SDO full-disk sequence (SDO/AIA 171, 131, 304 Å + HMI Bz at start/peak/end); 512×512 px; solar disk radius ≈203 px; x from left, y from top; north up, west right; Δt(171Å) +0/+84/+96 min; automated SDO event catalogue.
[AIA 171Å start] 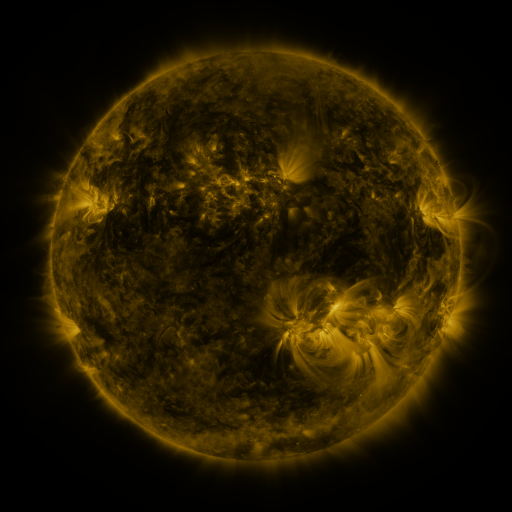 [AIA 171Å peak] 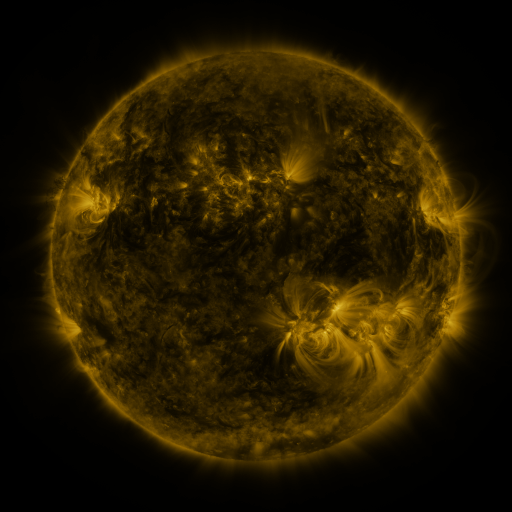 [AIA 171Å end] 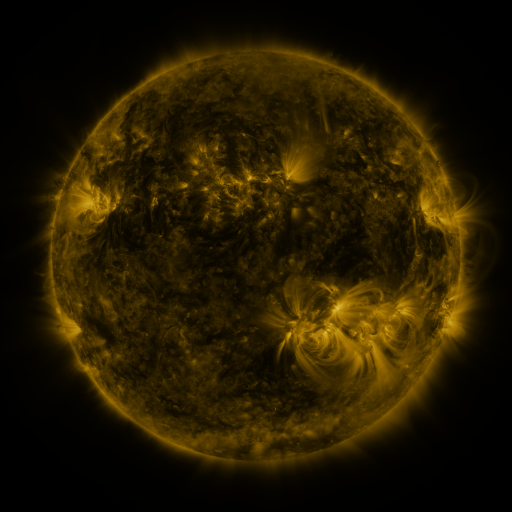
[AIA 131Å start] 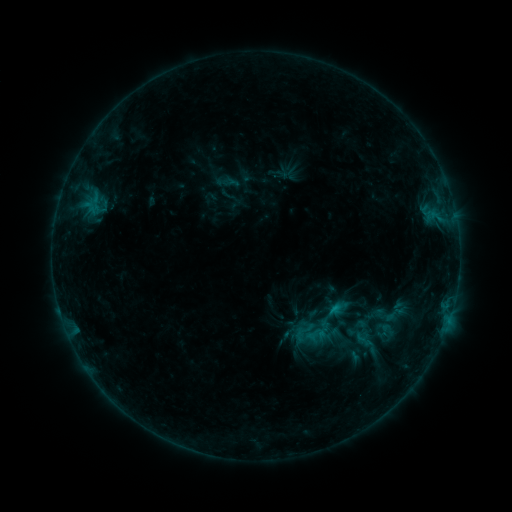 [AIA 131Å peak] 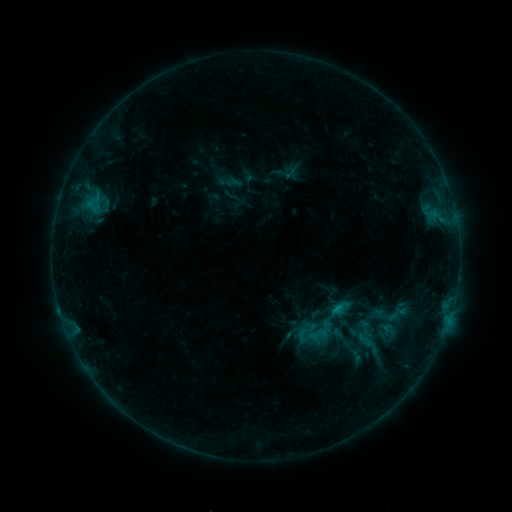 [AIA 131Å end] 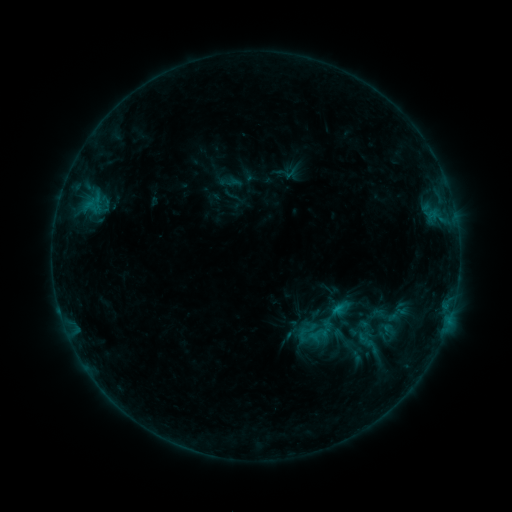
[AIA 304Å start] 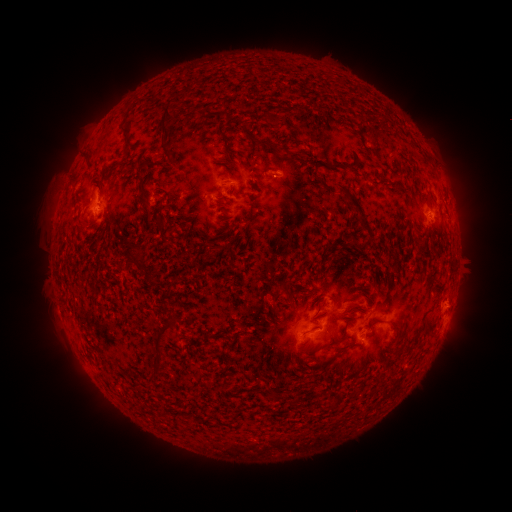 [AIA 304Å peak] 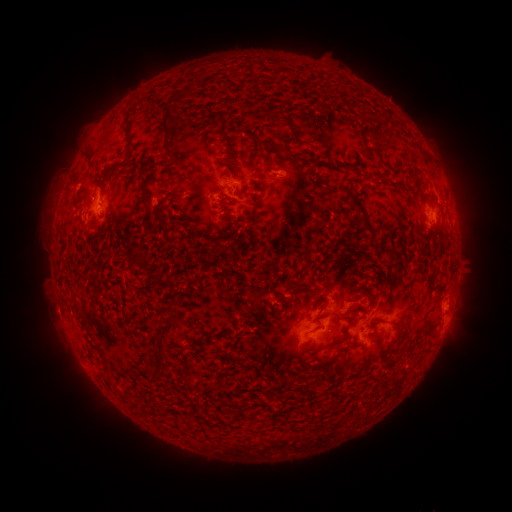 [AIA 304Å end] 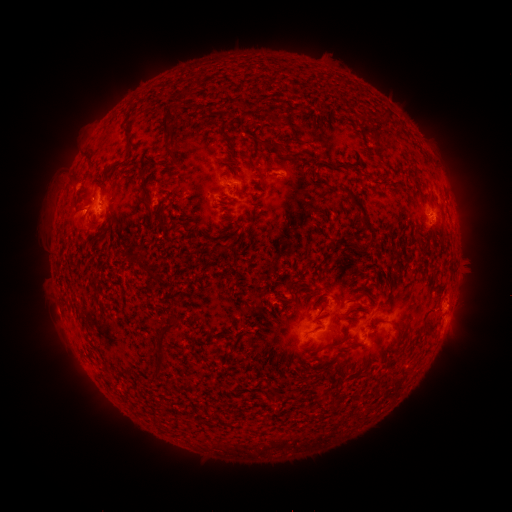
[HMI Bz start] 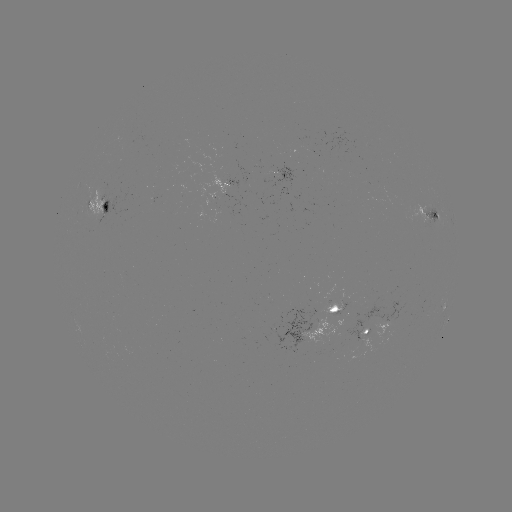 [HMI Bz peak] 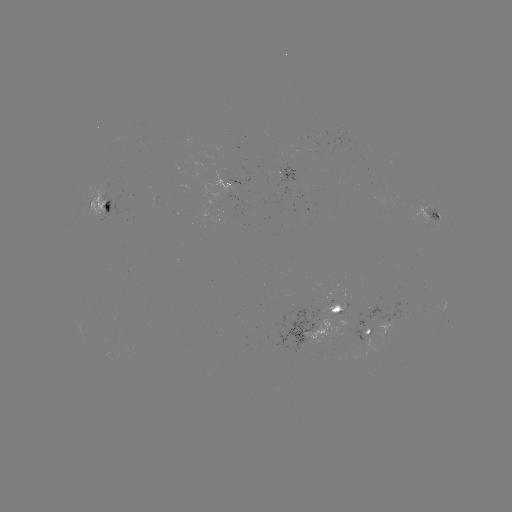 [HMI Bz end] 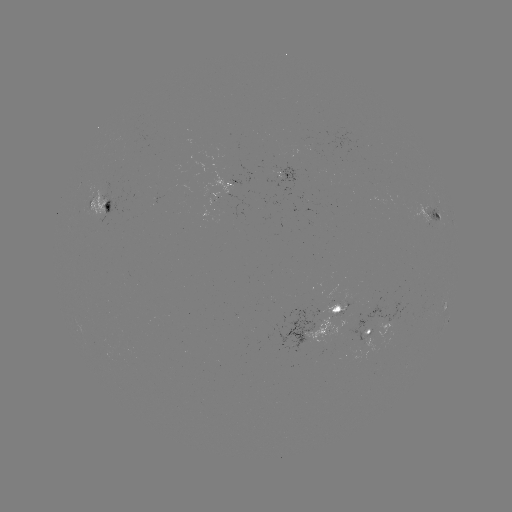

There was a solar emerging-flux region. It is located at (277, 171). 